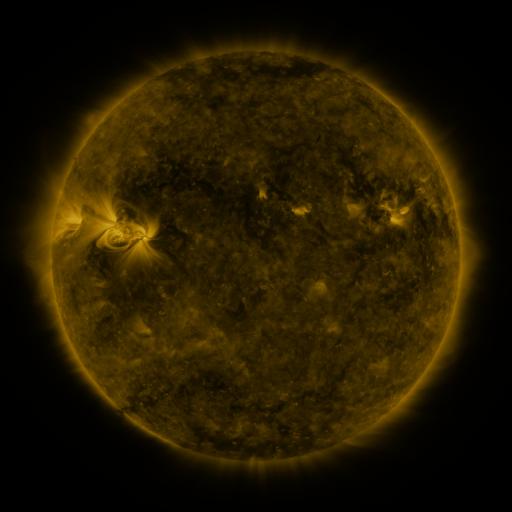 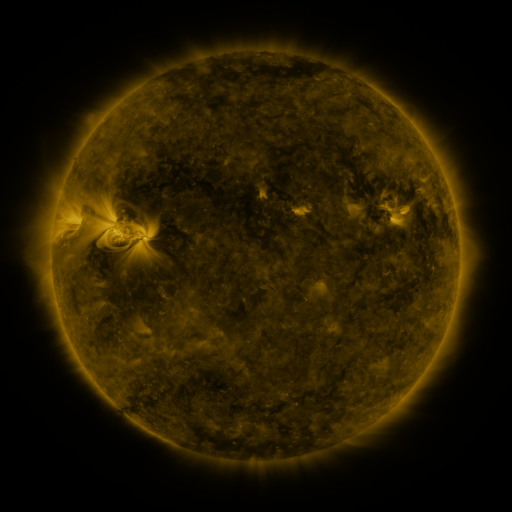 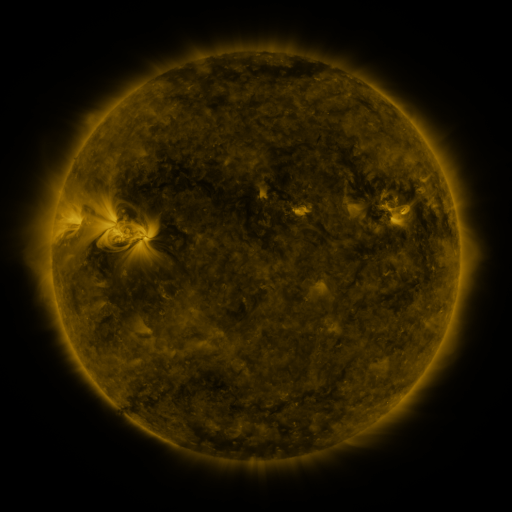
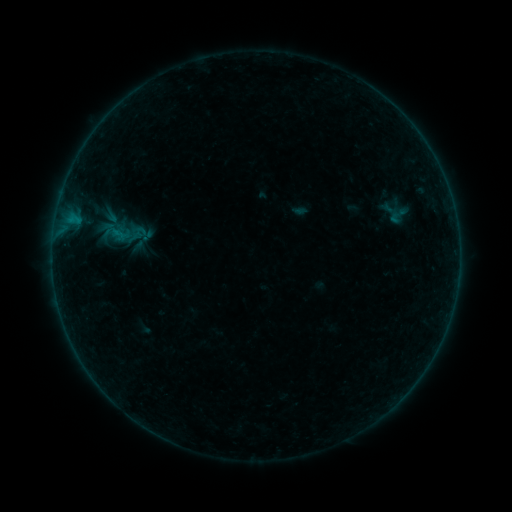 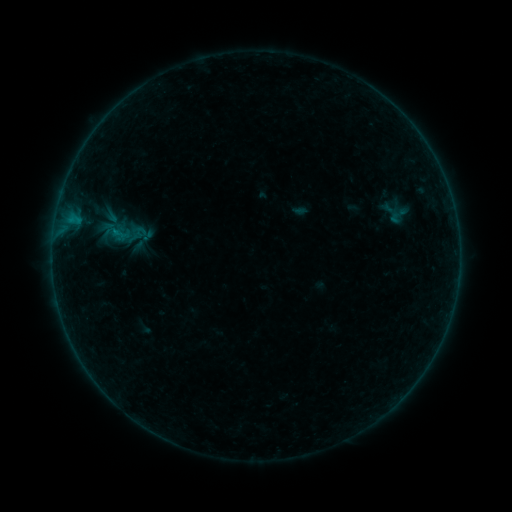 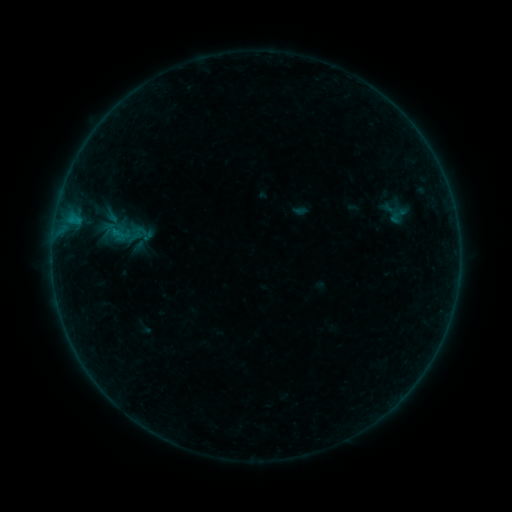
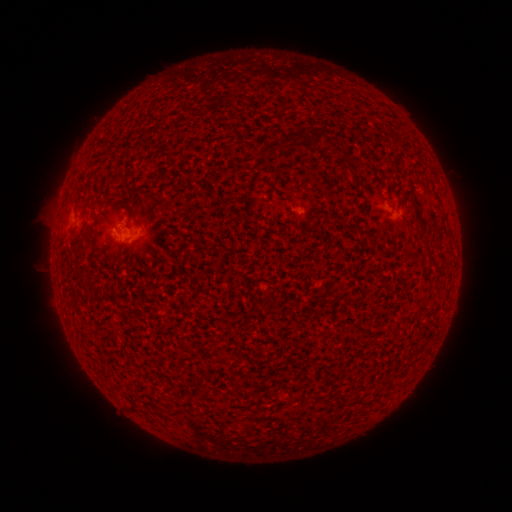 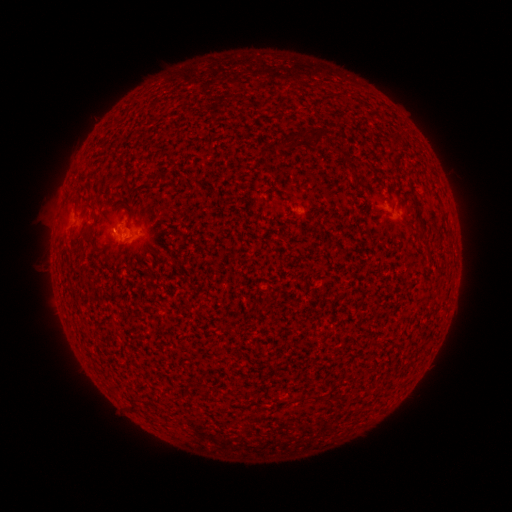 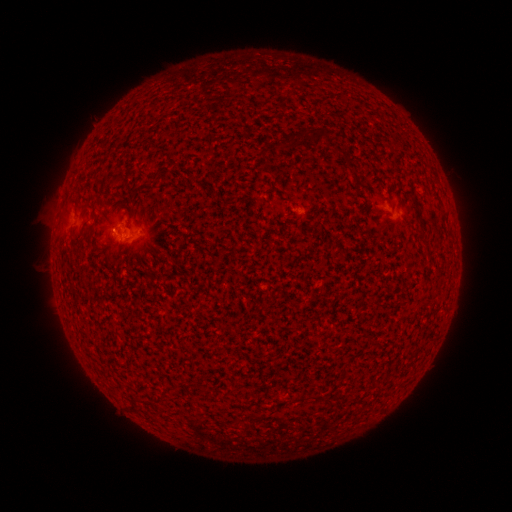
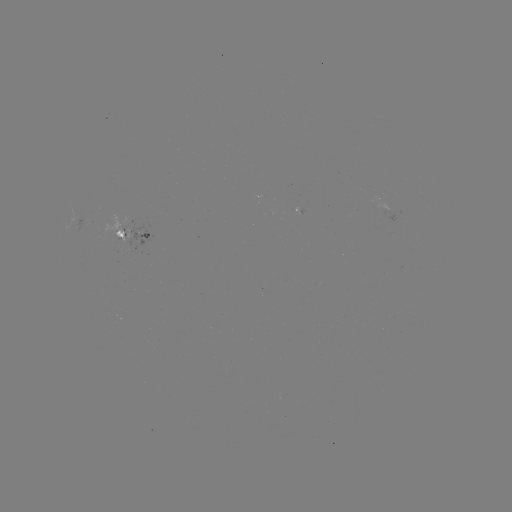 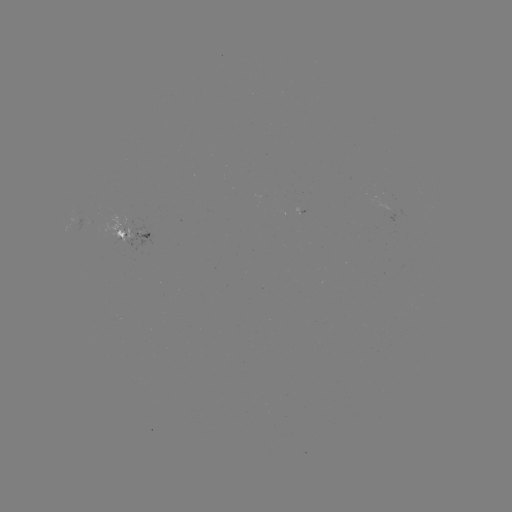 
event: flare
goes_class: B1.8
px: (115, 233)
